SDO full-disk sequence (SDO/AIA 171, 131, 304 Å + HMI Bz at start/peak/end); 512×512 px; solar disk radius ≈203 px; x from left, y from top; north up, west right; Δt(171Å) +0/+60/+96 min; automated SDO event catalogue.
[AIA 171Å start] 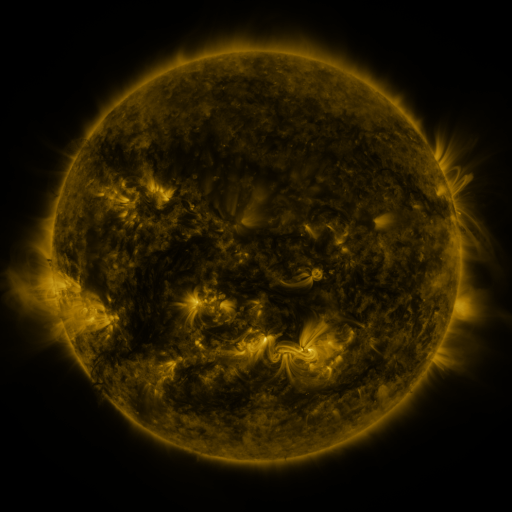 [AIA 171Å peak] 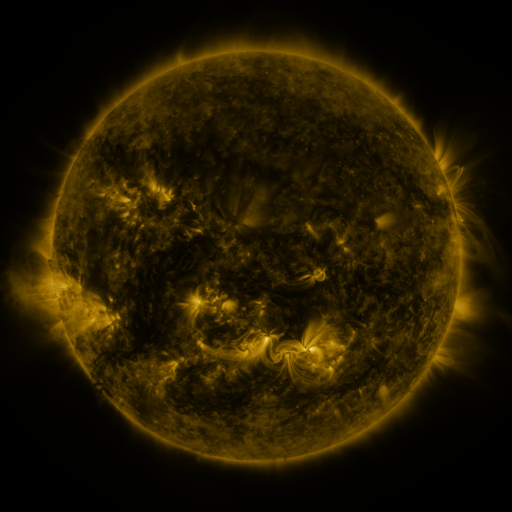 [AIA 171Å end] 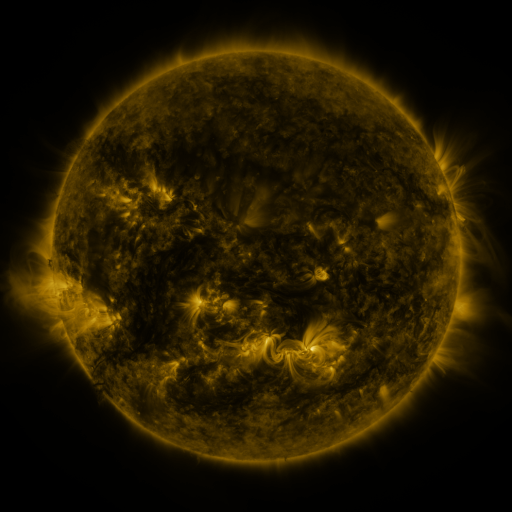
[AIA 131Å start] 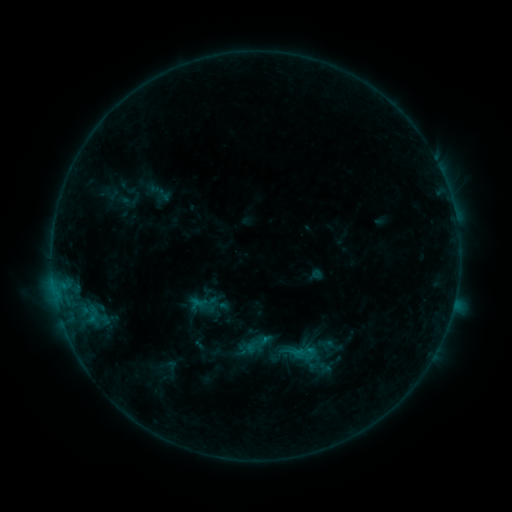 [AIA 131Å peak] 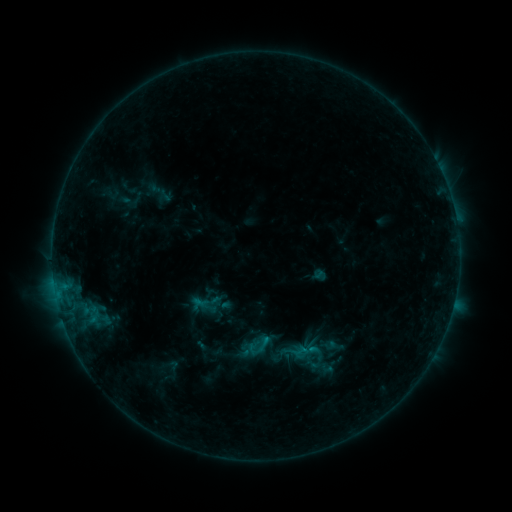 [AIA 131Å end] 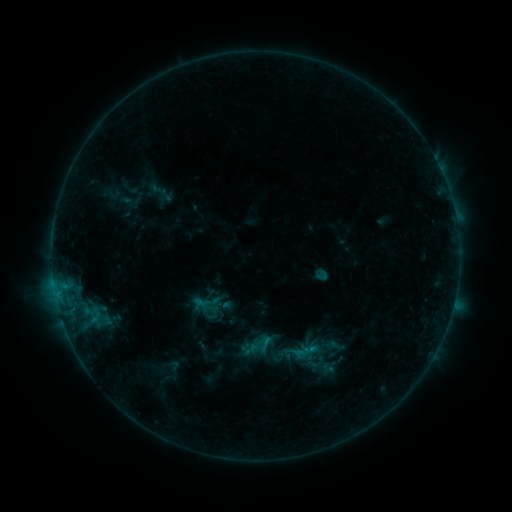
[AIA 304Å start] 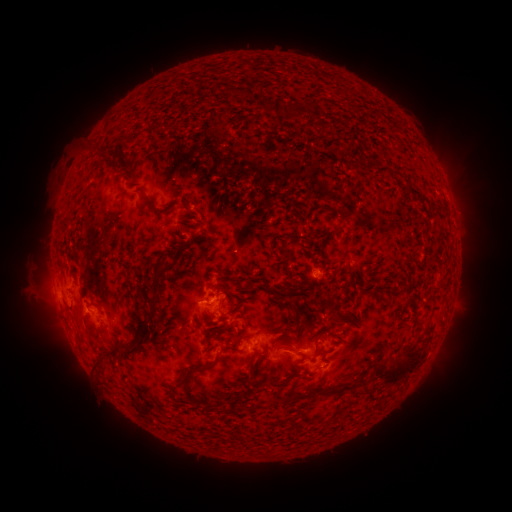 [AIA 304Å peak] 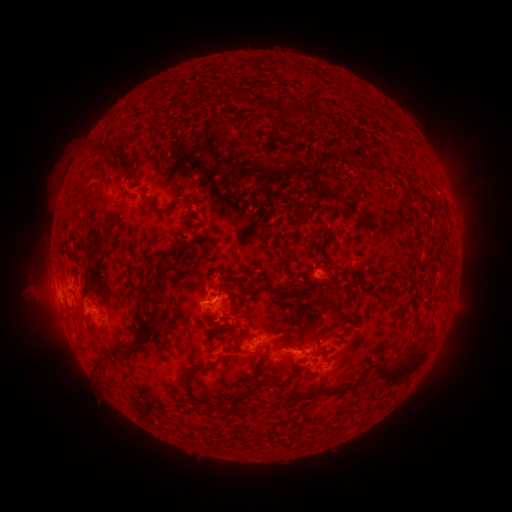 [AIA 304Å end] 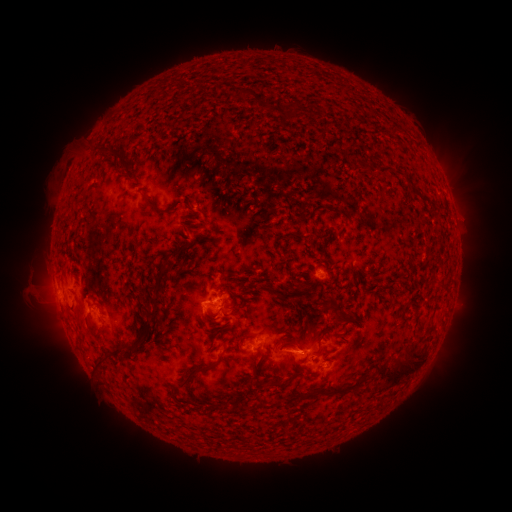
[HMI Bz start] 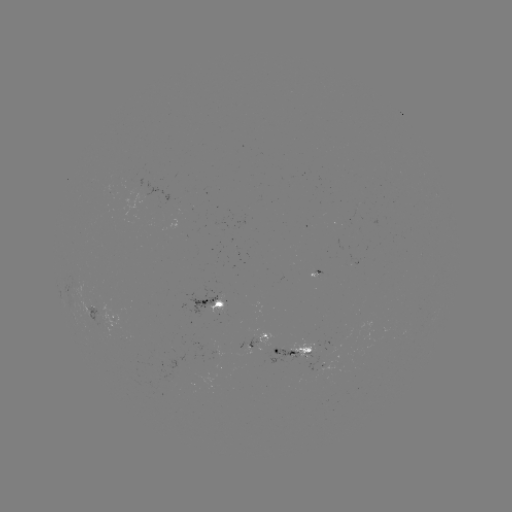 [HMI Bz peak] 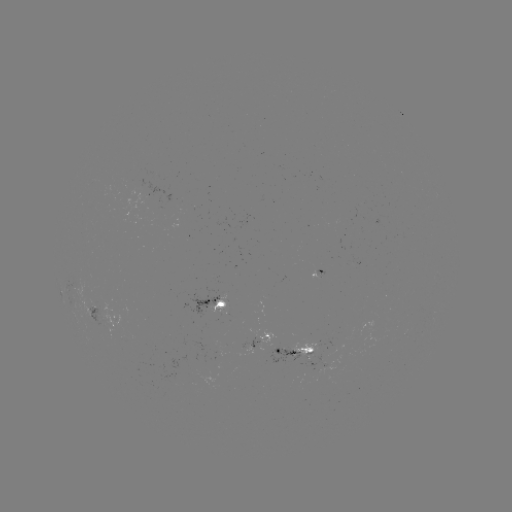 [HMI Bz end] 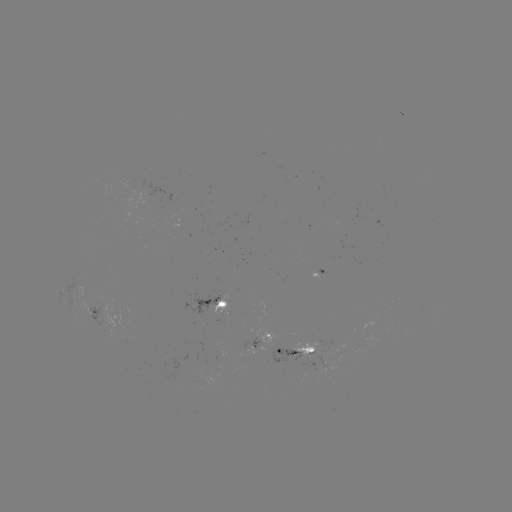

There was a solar emerging-flux region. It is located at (246, 347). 